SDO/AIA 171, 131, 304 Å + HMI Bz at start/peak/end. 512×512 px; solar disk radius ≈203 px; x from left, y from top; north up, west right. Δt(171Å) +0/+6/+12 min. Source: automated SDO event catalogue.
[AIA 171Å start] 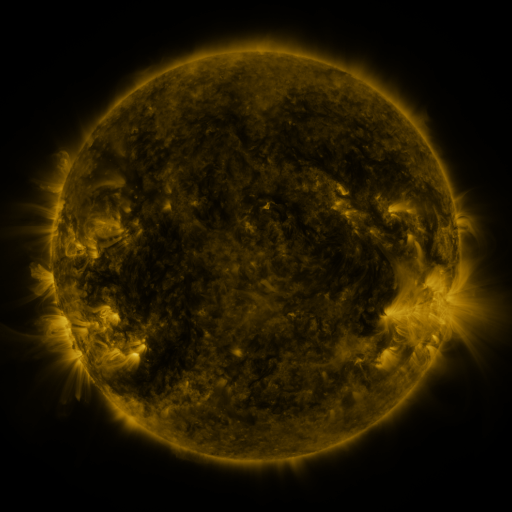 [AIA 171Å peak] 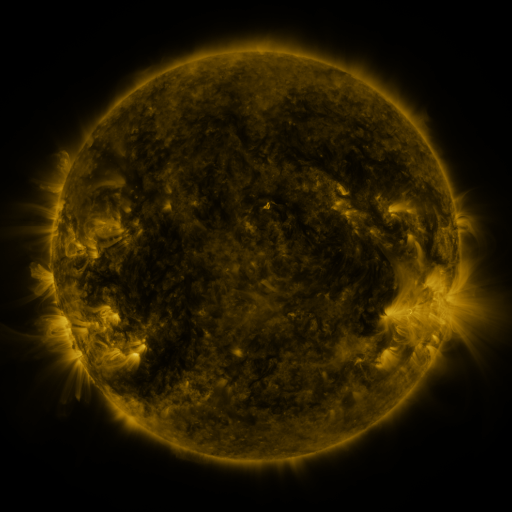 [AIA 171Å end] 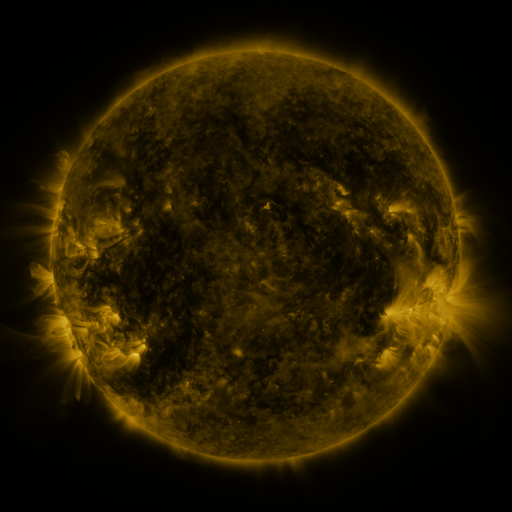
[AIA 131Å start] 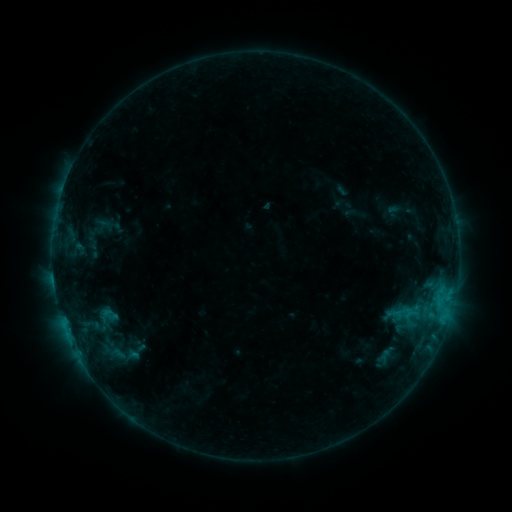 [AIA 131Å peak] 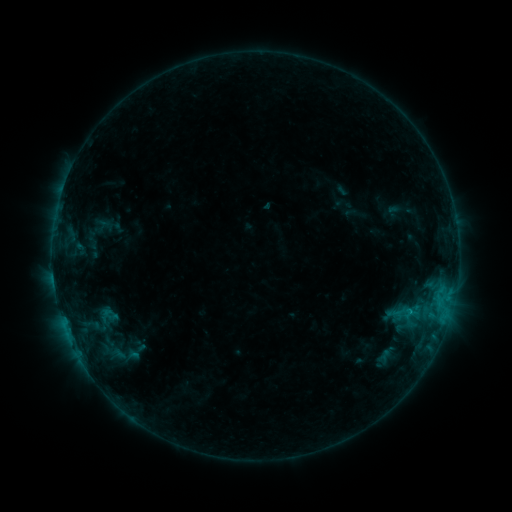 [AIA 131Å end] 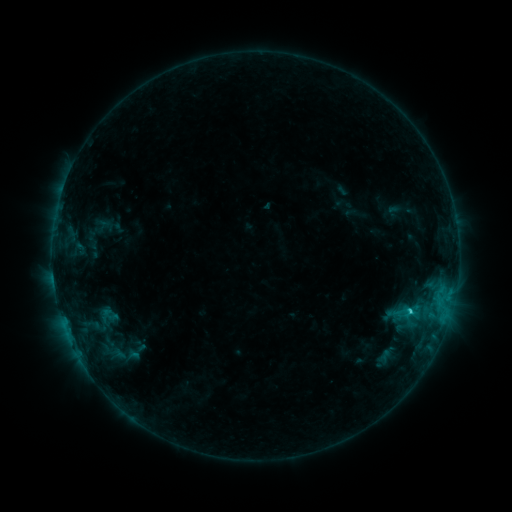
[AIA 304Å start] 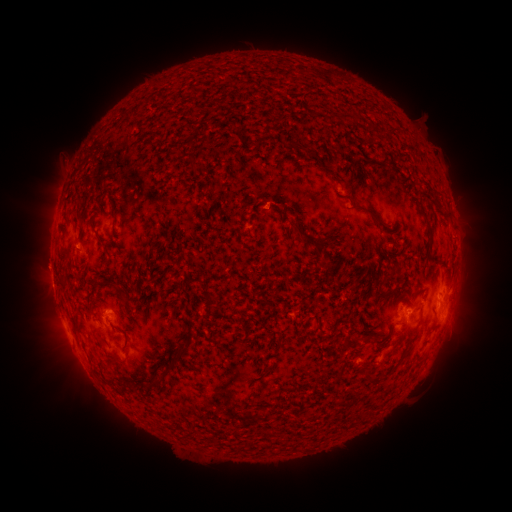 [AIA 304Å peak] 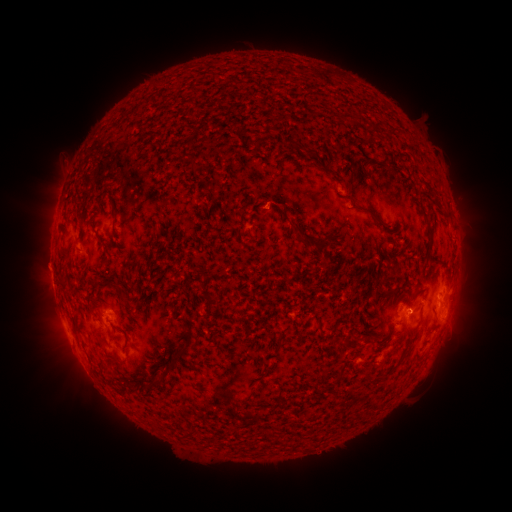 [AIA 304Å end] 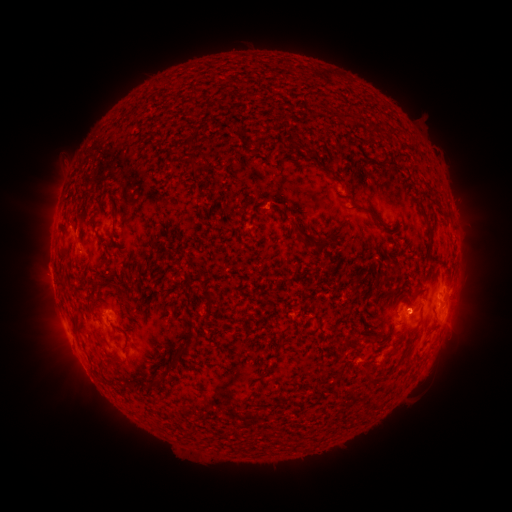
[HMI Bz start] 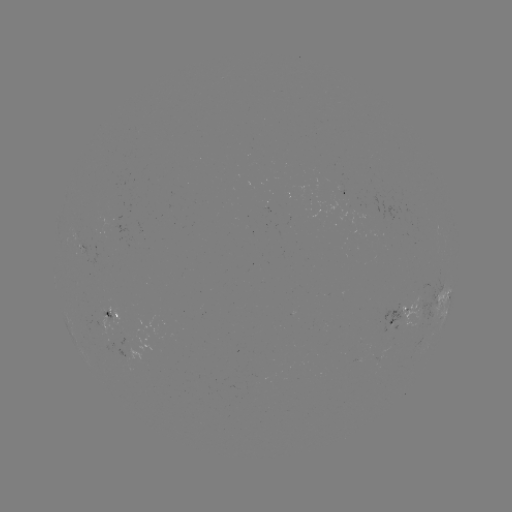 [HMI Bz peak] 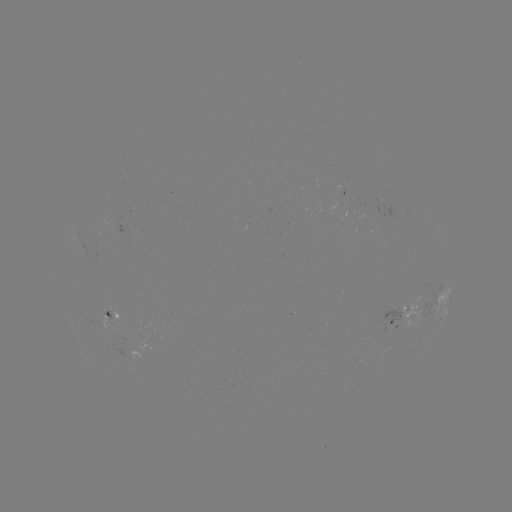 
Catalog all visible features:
C1.6 flare: (408, 310)
